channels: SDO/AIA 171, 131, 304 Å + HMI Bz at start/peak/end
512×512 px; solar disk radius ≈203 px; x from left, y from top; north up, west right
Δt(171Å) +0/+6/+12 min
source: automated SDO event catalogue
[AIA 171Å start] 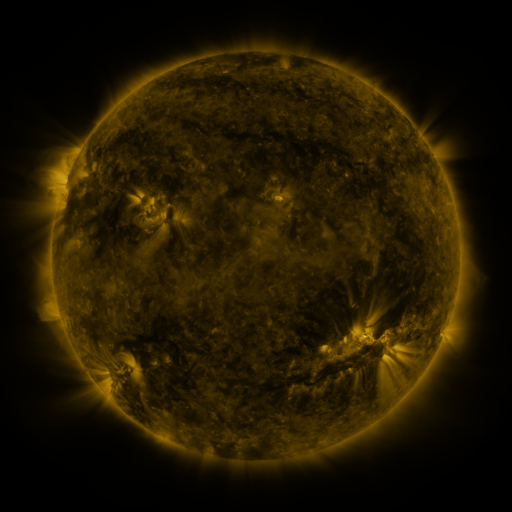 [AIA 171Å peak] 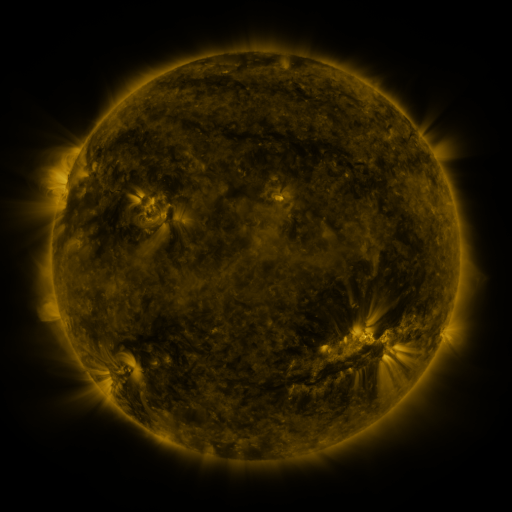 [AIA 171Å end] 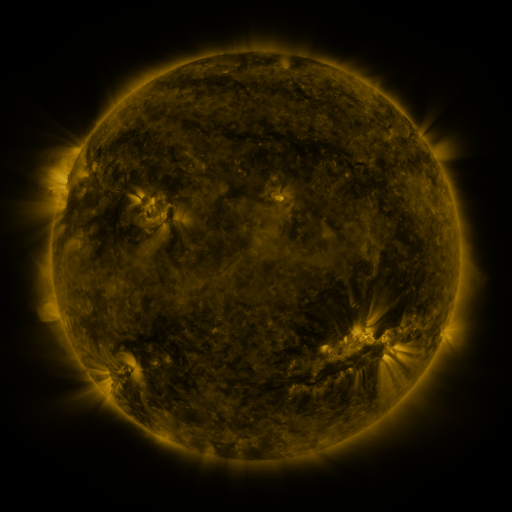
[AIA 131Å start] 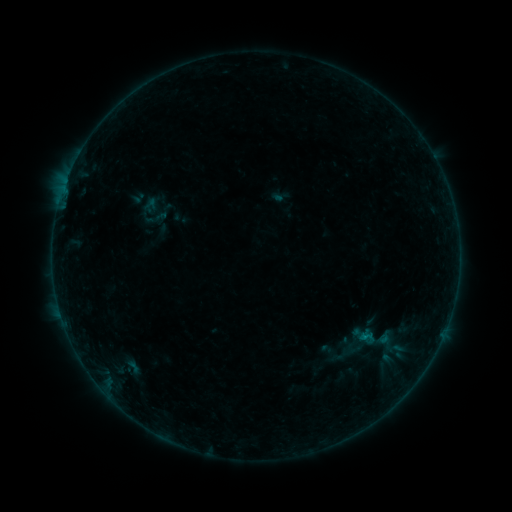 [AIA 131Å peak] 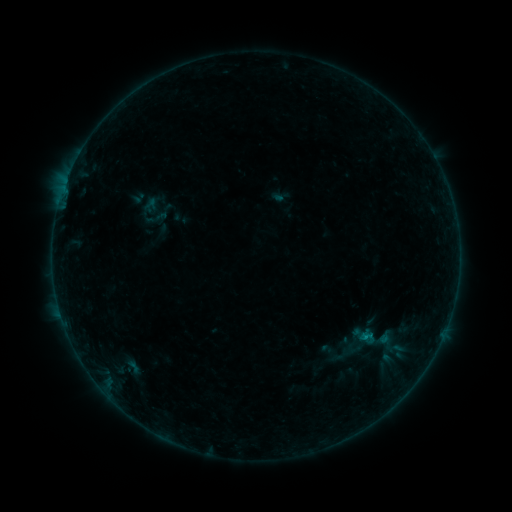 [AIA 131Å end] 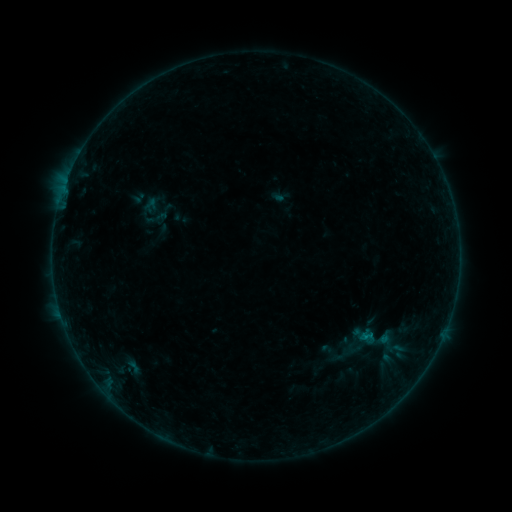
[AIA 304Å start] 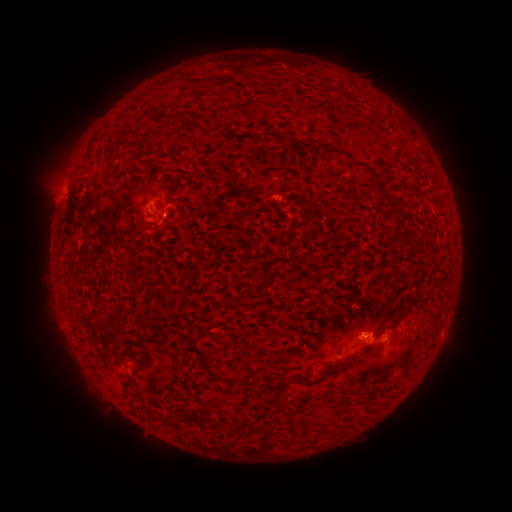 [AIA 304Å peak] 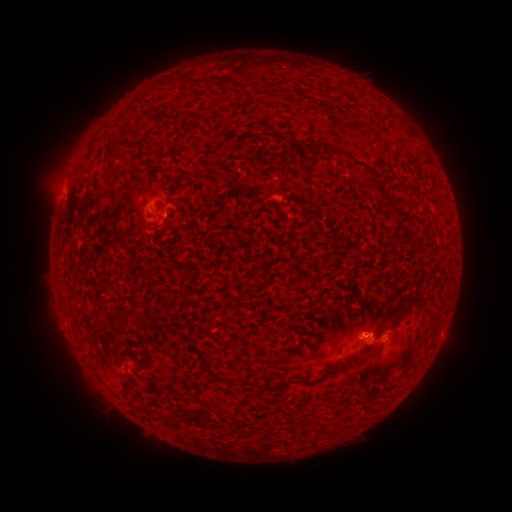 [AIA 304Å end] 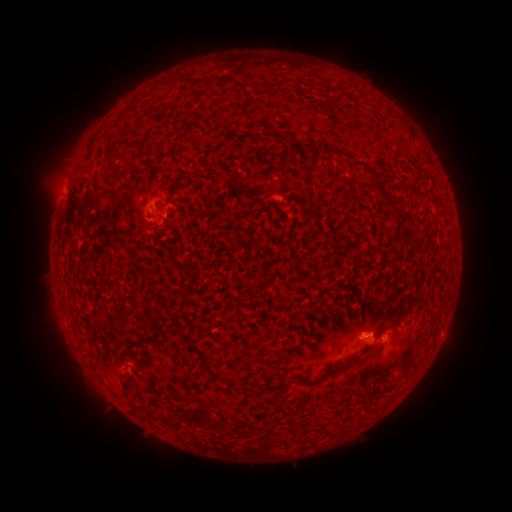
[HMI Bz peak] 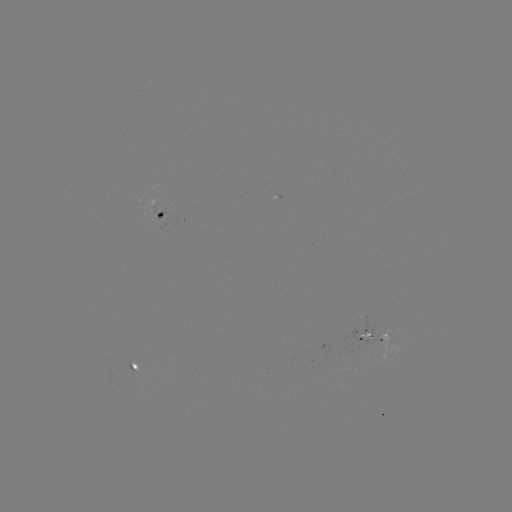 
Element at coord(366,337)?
B2.3 flare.